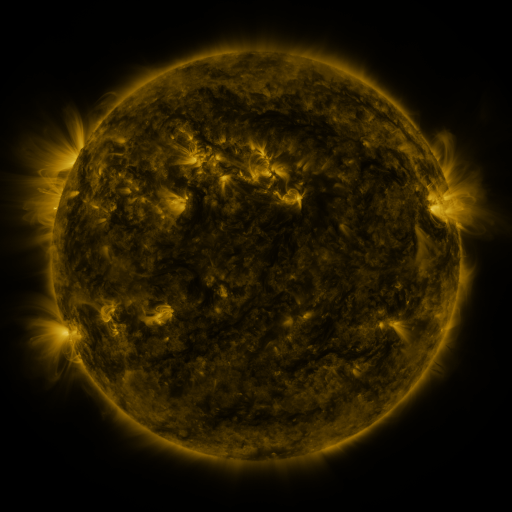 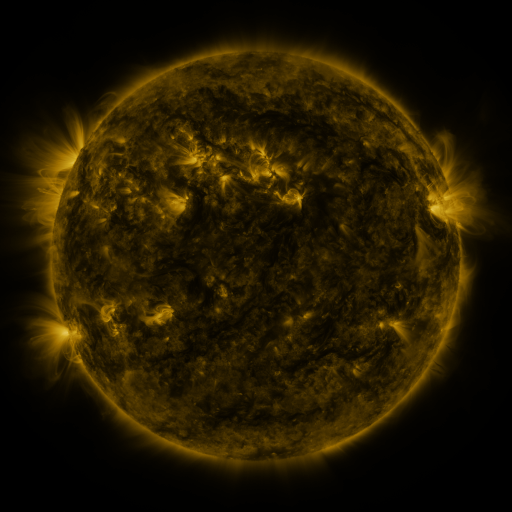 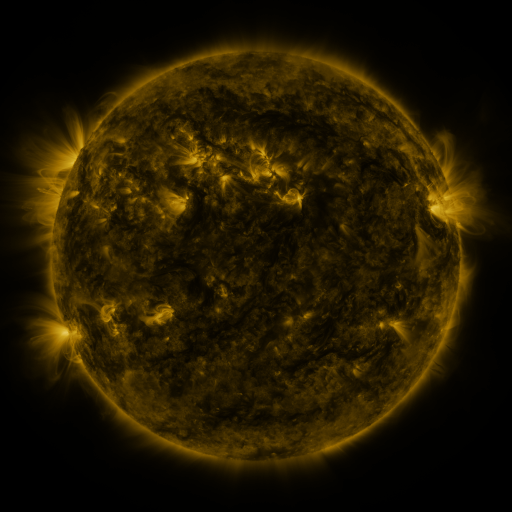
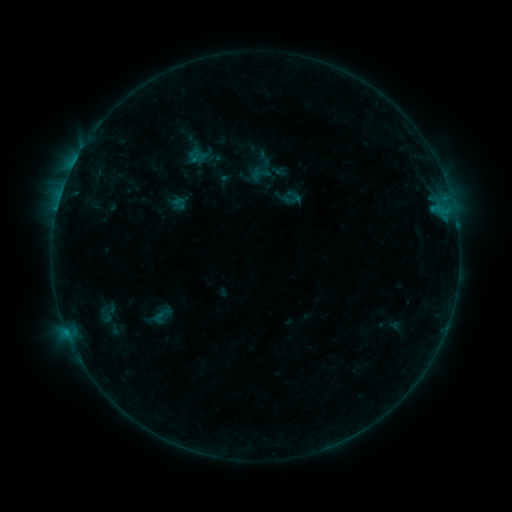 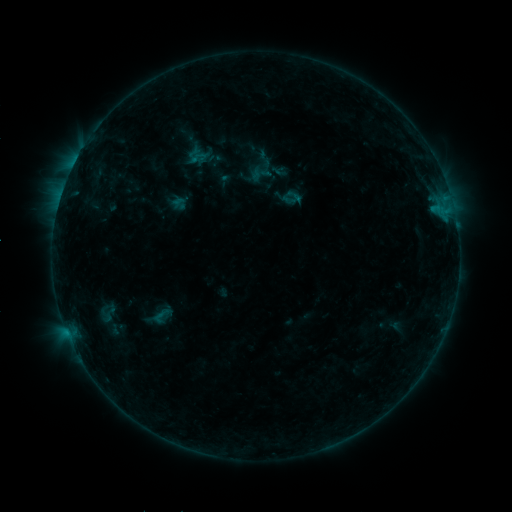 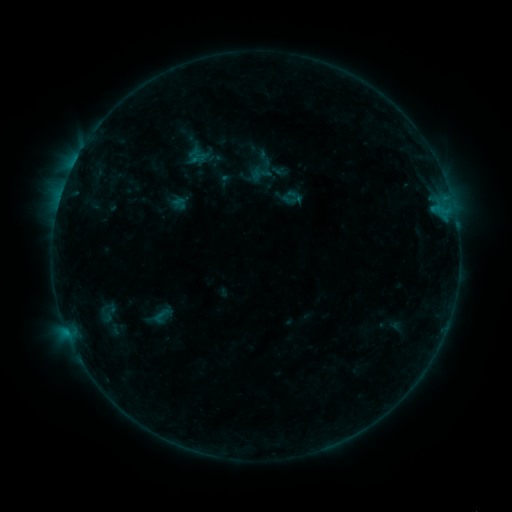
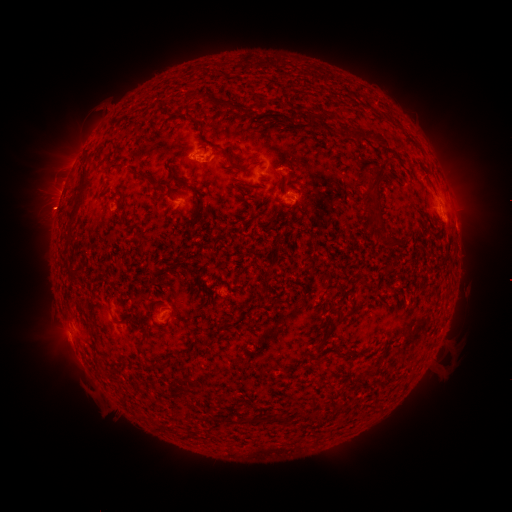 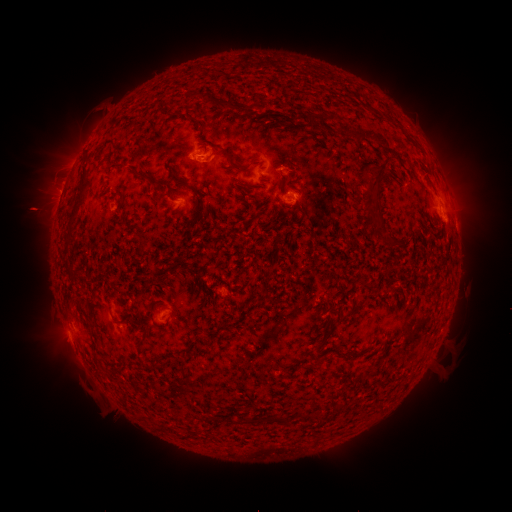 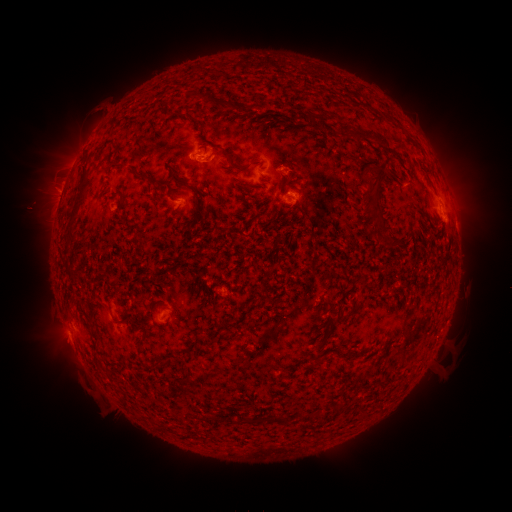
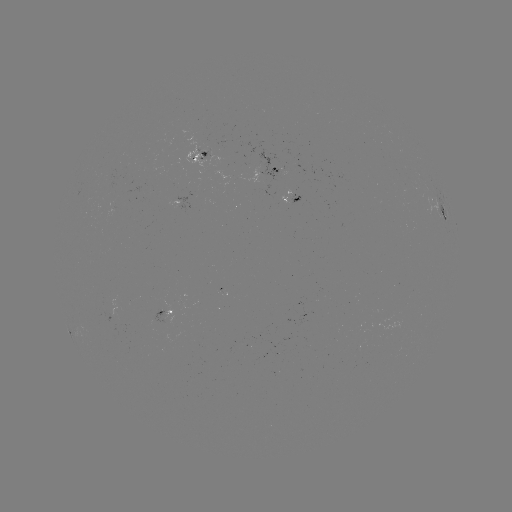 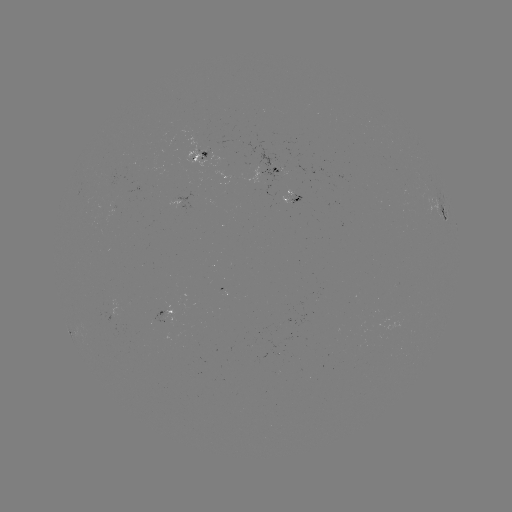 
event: eruption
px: (42, 210)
